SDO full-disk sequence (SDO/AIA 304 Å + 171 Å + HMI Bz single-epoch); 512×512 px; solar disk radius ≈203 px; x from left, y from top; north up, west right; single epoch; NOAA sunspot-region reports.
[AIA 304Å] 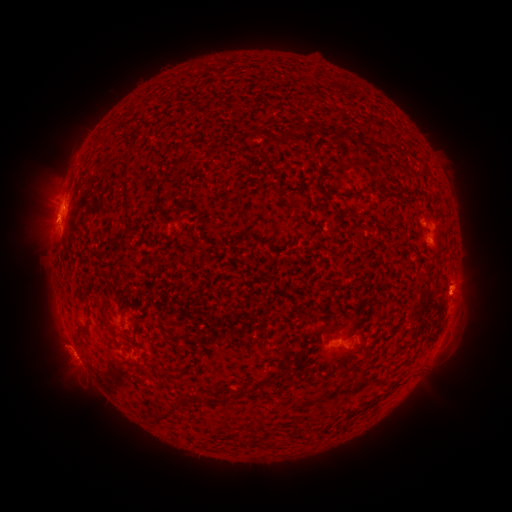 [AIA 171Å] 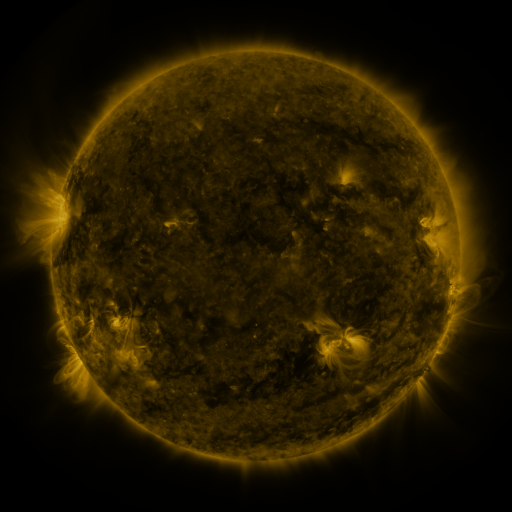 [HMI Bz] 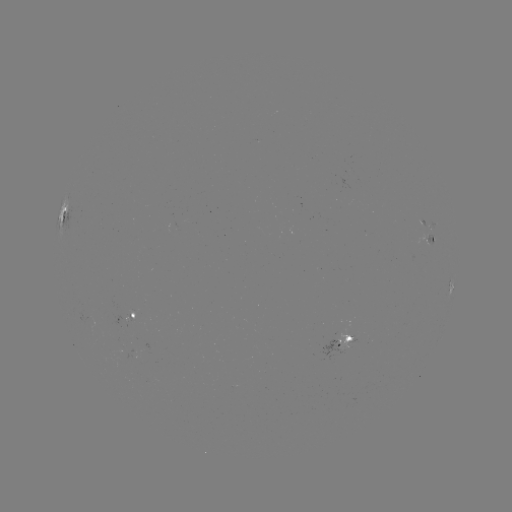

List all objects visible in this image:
spotted active region: (64, 216)
spotted active region: (432, 238)
spotted active region: (452, 292)
spotted active region: (133, 318)
spotted active region: (348, 343)
